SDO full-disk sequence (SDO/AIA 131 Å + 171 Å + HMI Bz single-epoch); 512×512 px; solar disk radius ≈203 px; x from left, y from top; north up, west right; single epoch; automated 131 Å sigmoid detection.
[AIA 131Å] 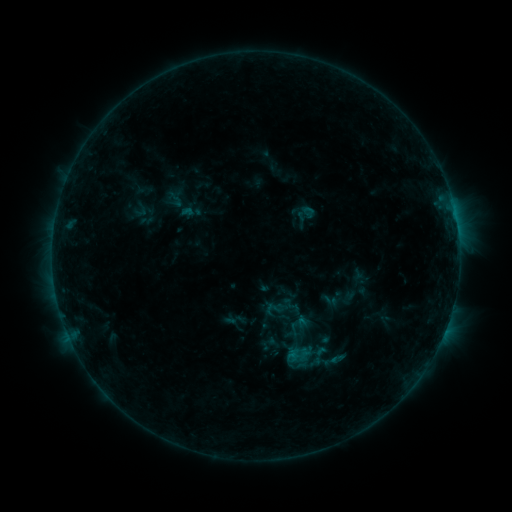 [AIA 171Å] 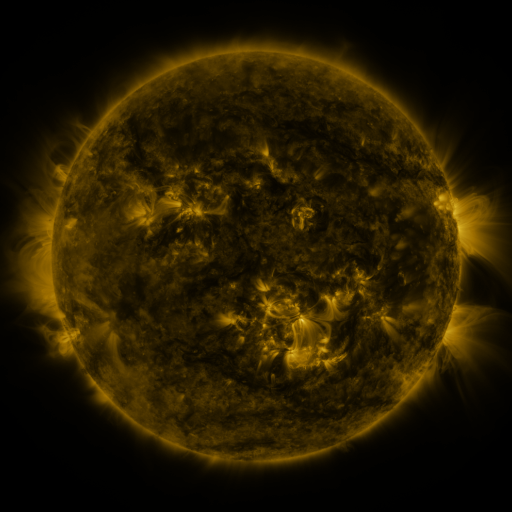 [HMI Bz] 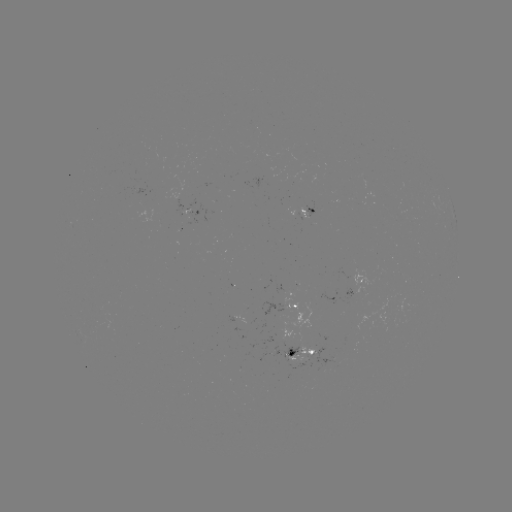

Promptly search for sigmoid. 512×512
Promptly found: [175, 199].